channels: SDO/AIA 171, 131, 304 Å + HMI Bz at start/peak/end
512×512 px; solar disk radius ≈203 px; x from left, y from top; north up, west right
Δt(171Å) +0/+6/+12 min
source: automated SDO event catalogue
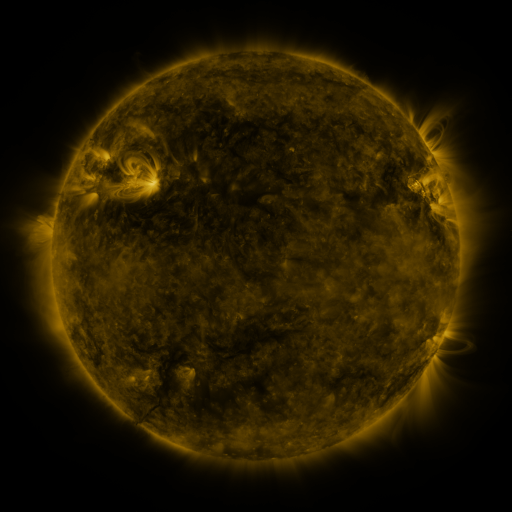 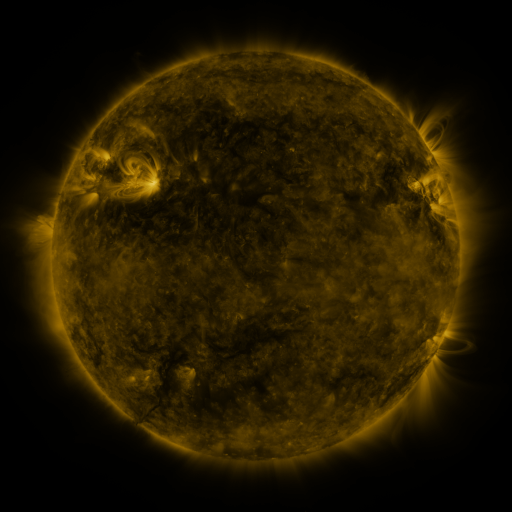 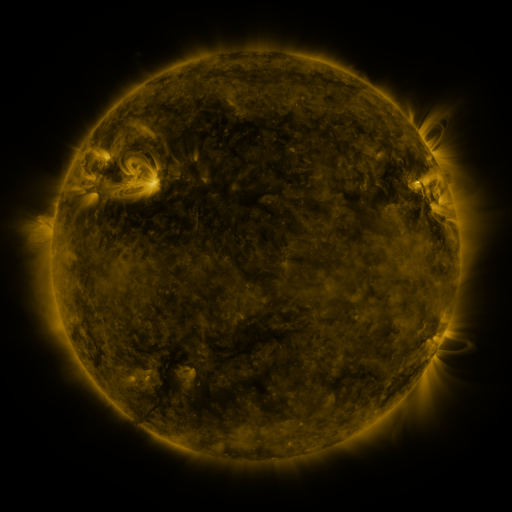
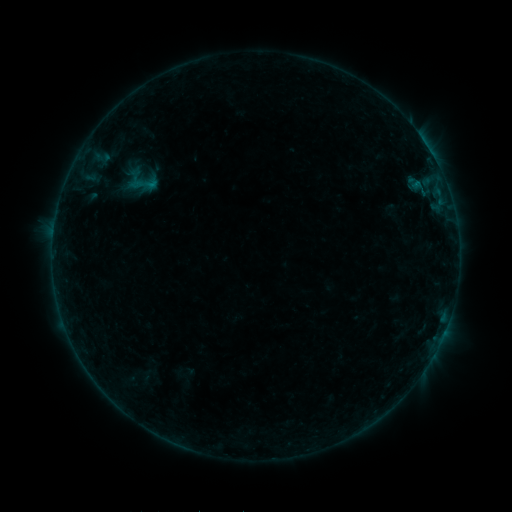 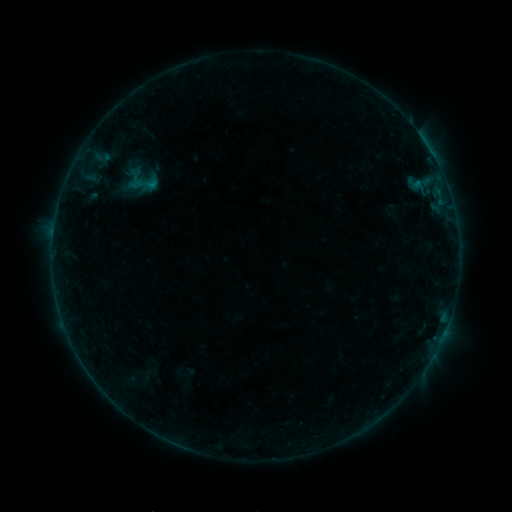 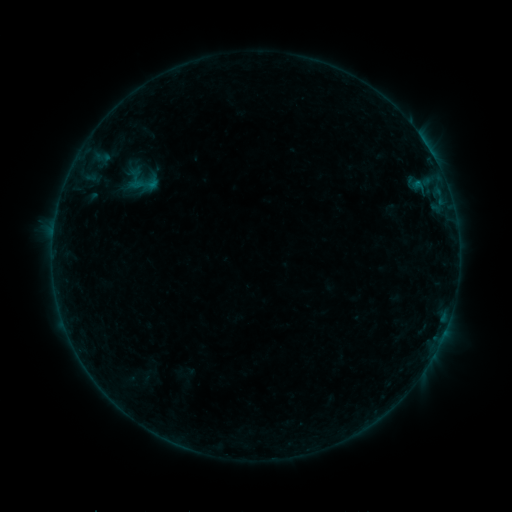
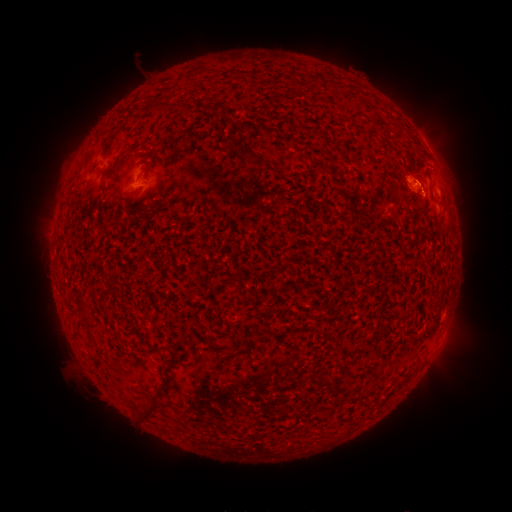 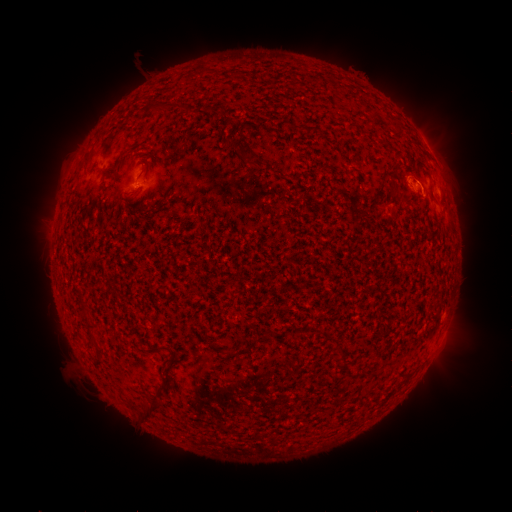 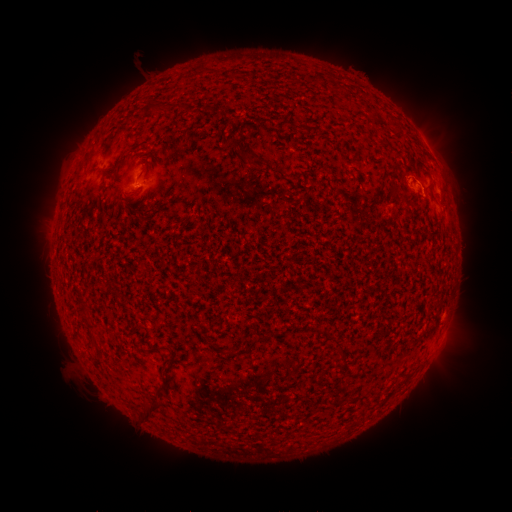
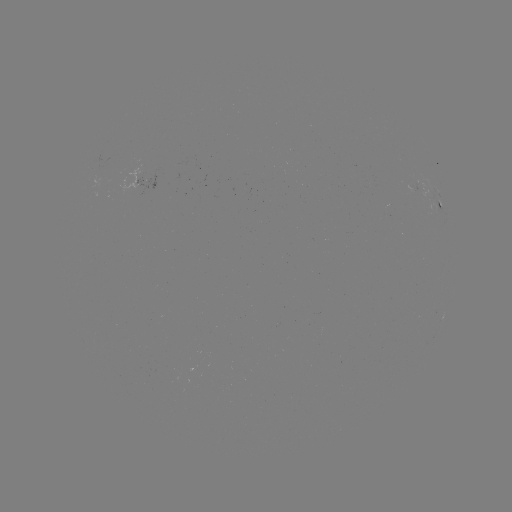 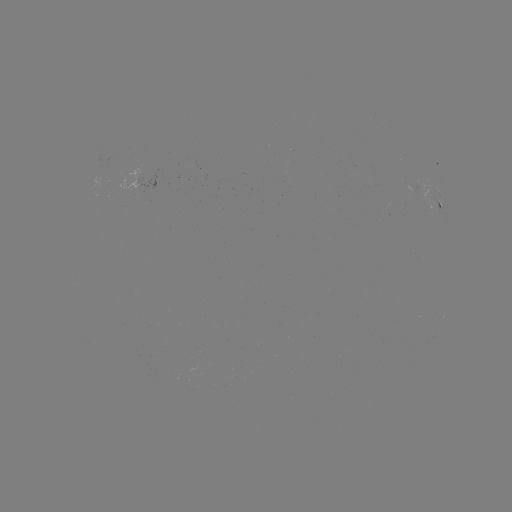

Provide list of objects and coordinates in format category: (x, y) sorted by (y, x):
B2.2 flare: (419, 188)
